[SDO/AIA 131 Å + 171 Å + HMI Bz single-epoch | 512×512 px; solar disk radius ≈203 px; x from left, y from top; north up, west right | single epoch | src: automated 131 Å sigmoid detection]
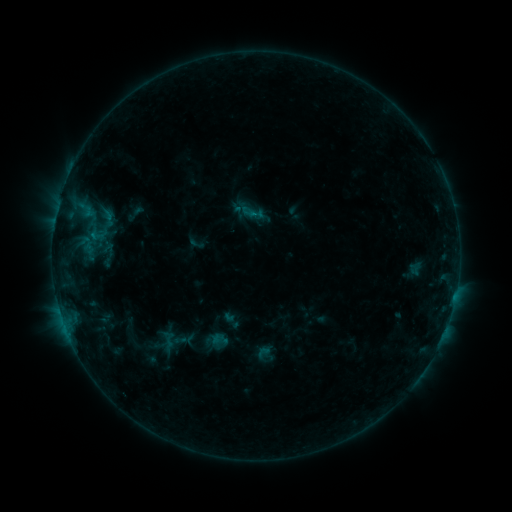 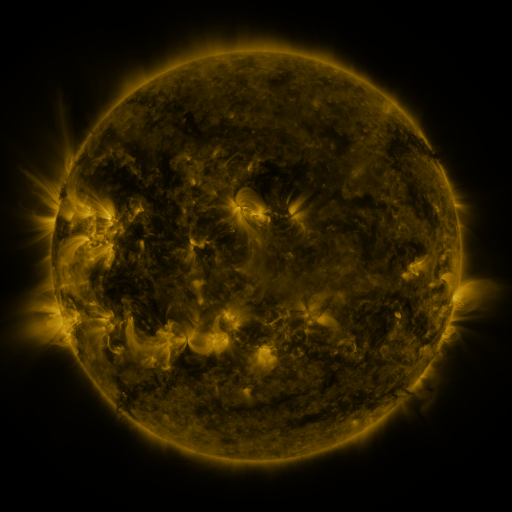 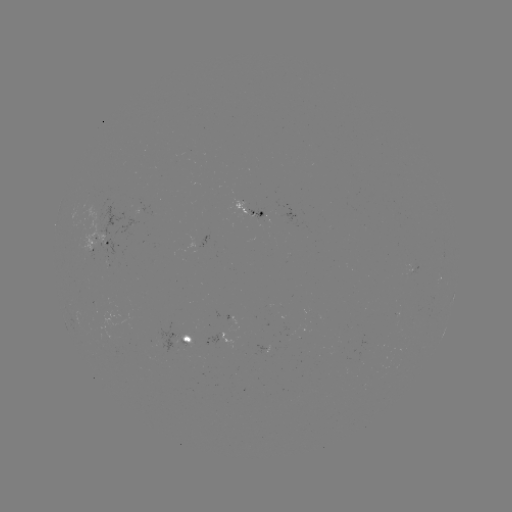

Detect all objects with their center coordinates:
sigmoid: <bbox>239, 203, 257, 221</bbox>
sigmoid: <bbox>89, 223, 107, 247</bbox>
